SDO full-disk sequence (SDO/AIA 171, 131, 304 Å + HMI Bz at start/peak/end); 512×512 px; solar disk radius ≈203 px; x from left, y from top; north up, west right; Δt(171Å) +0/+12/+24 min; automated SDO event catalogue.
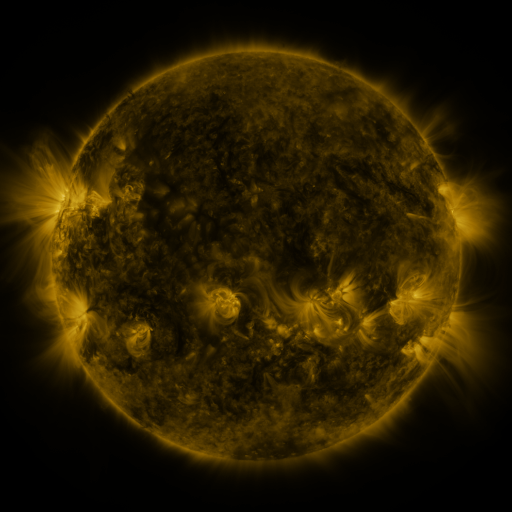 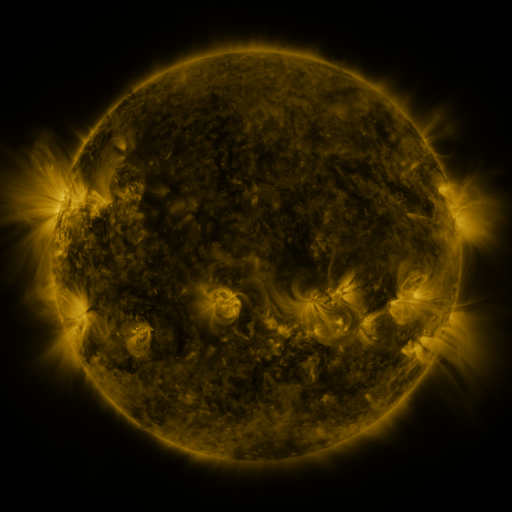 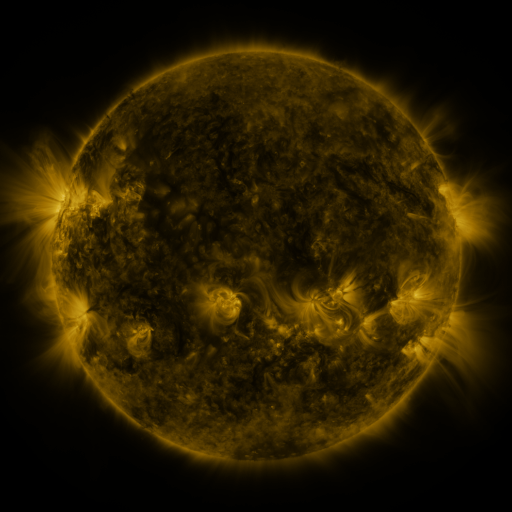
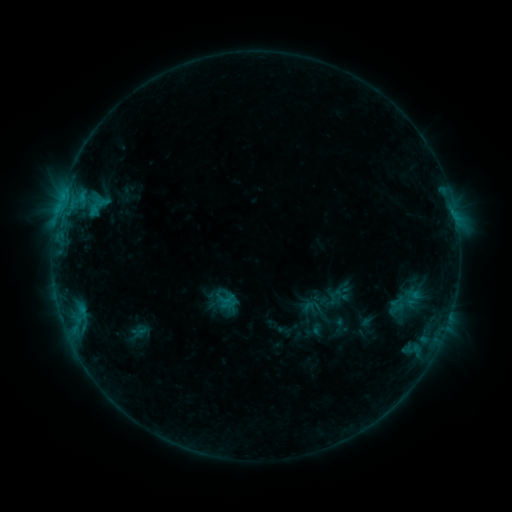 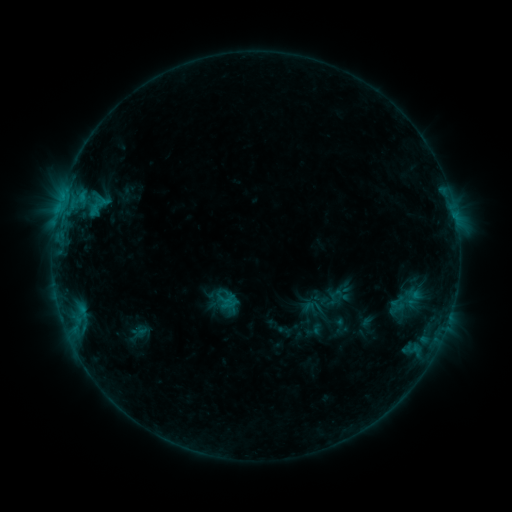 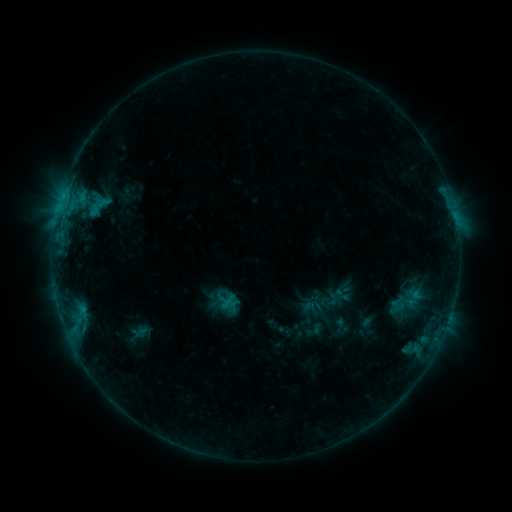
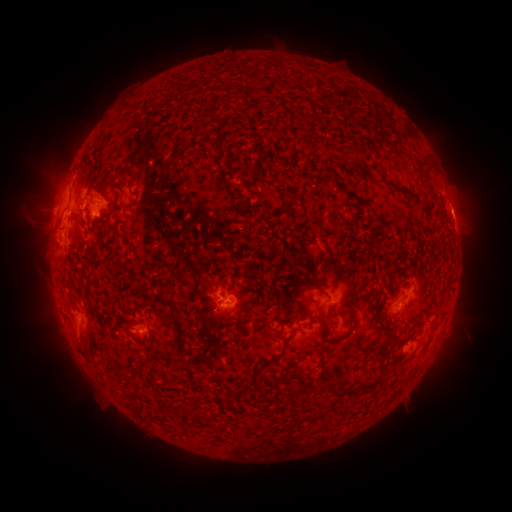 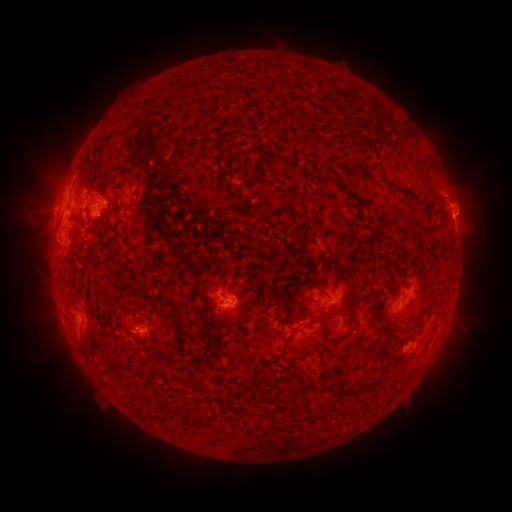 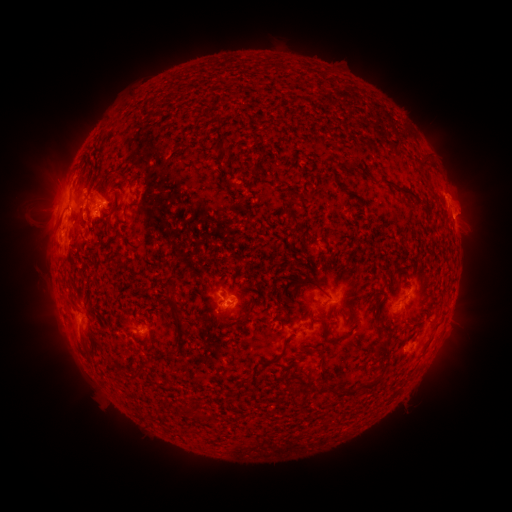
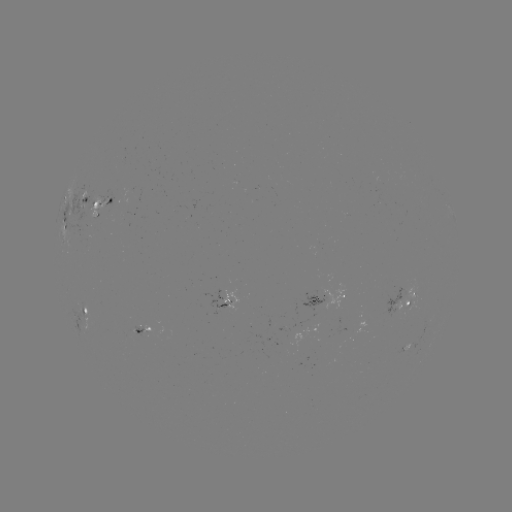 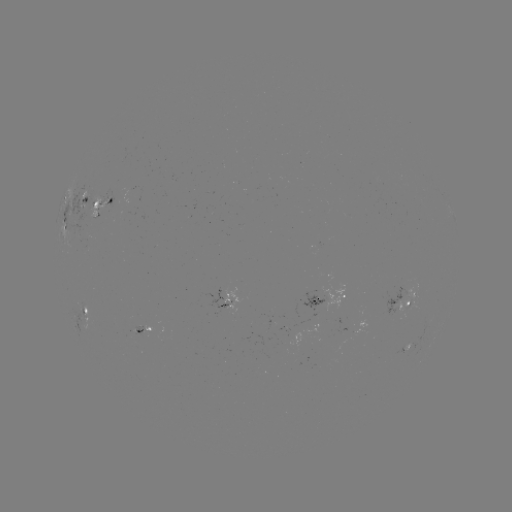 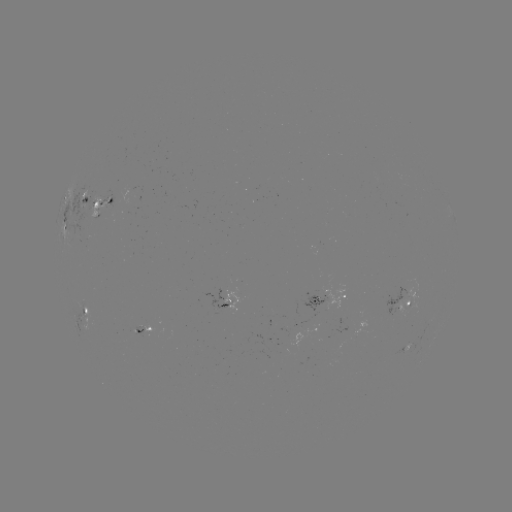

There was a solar eruption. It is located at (462, 202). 